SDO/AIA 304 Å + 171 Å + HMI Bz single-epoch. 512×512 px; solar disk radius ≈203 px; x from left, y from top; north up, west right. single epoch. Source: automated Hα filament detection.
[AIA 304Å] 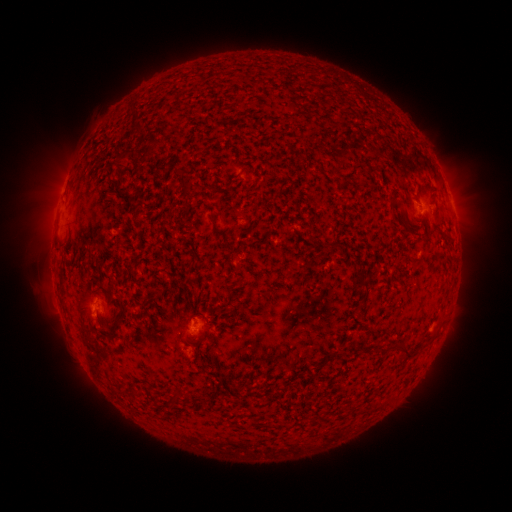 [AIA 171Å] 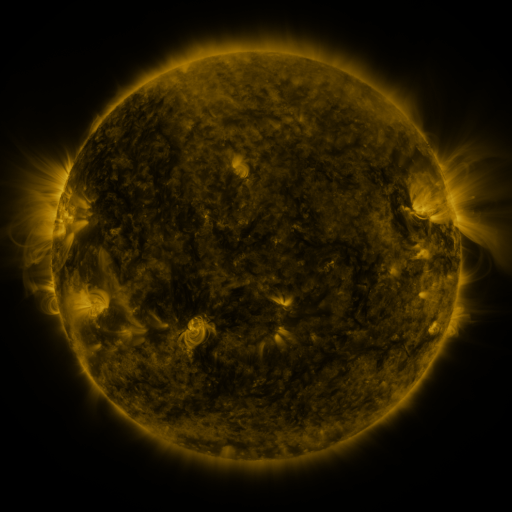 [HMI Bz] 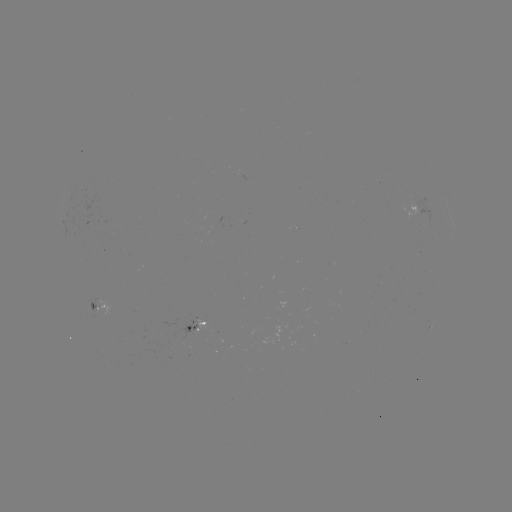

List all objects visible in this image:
filament: [124, 104, 137, 124]
filament: [128, 123, 141, 133]
filament: [136, 137, 163, 166]
filament: [110, 154, 128, 169]
filament: [328, 167, 338, 177]
filament: [108, 181, 132, 201]
filament: [251, 196, 258, 207]
filament: [208, 212, 233, 252]
filament: [442, 228, 450, 238]
filament: [354, 266, 370, 289]
filament: [191, 303, 196, 313]
filament: [107, 321, 122, 339]
filament: [394, 339, 413, 358]
filament: [172, 387, 181, 403]
